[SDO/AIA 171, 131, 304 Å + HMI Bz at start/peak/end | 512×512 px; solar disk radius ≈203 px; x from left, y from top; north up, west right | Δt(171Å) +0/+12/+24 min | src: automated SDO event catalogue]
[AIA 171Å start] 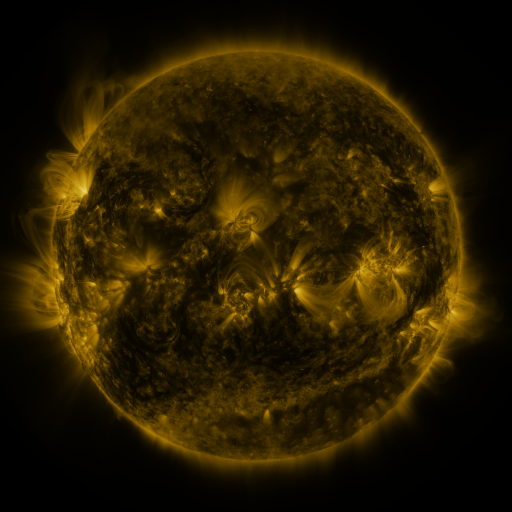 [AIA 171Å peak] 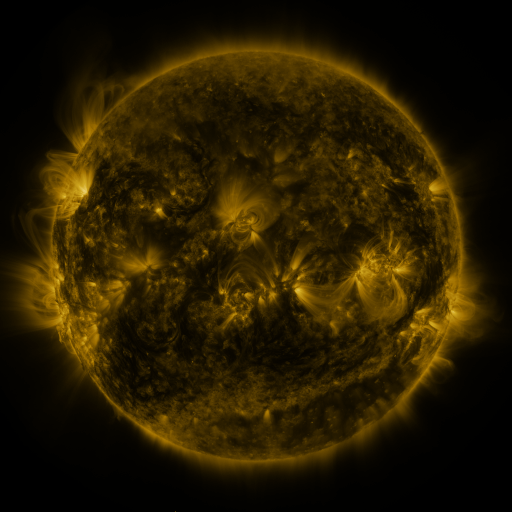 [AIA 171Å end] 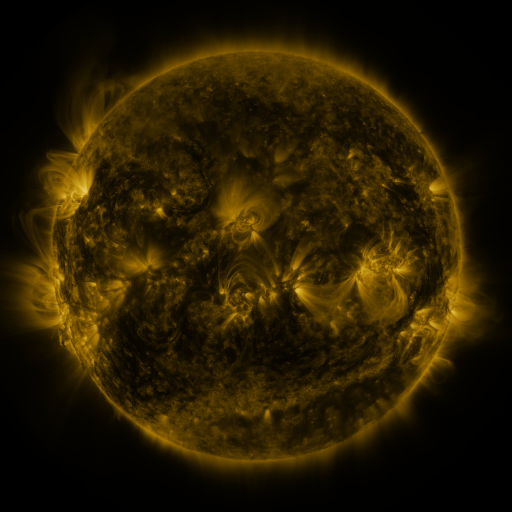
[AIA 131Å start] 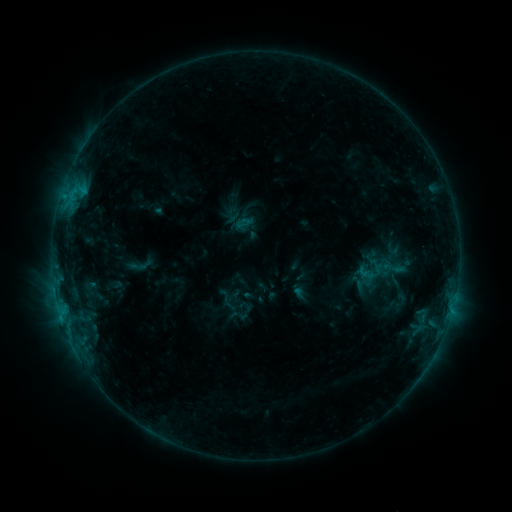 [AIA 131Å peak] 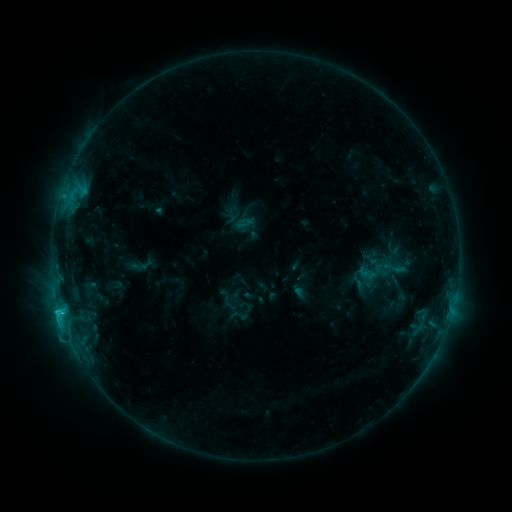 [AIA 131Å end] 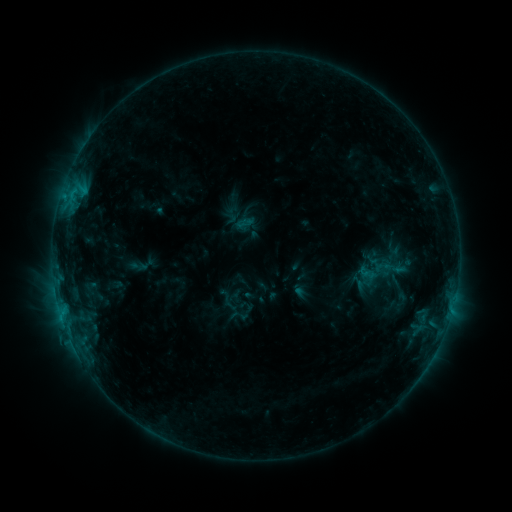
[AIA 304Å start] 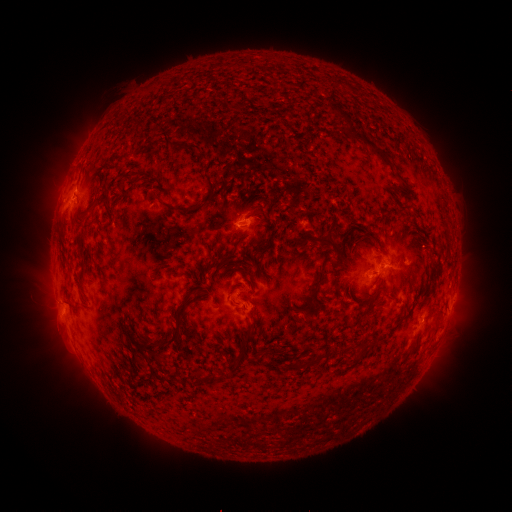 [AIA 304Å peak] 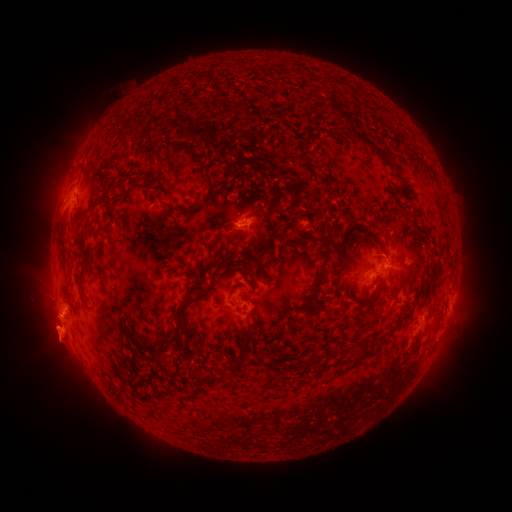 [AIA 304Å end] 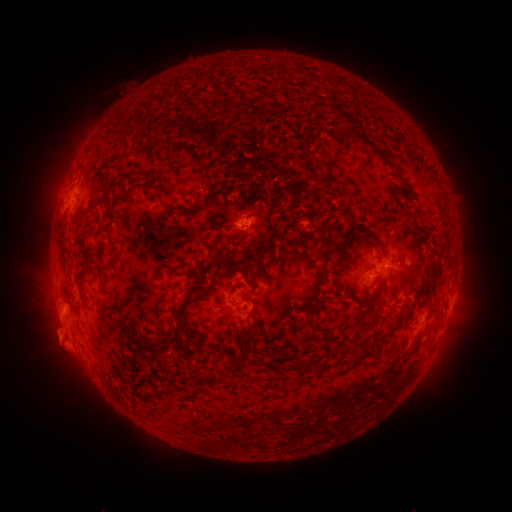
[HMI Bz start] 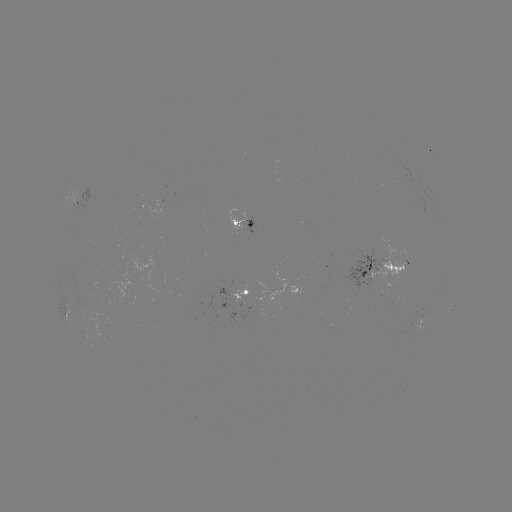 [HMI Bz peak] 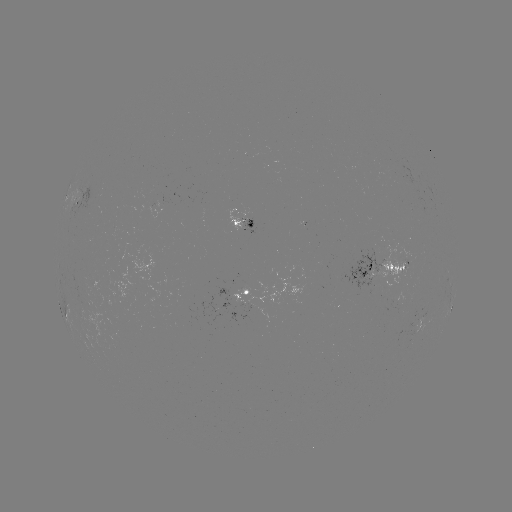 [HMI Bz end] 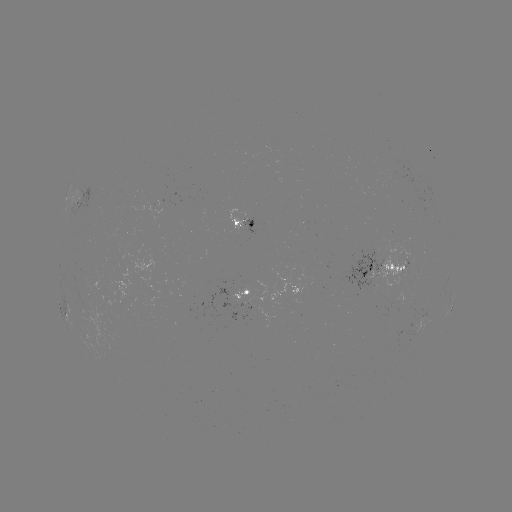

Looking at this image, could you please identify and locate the eruption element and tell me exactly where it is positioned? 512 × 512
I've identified eruption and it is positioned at [57, 333].